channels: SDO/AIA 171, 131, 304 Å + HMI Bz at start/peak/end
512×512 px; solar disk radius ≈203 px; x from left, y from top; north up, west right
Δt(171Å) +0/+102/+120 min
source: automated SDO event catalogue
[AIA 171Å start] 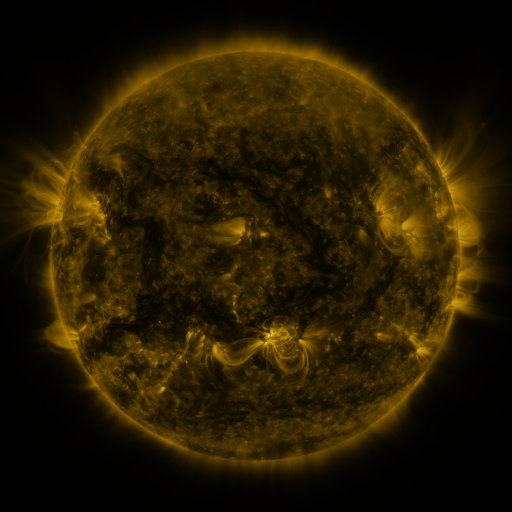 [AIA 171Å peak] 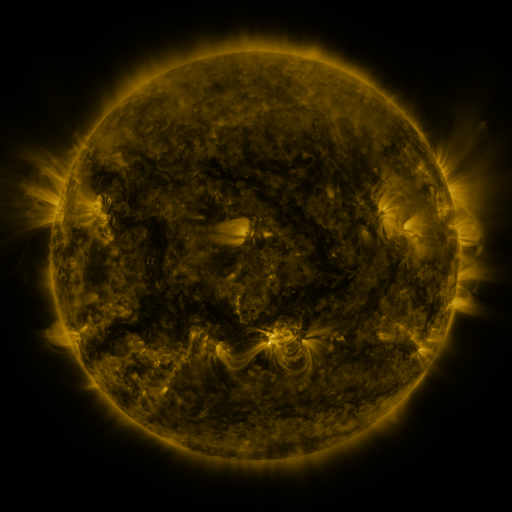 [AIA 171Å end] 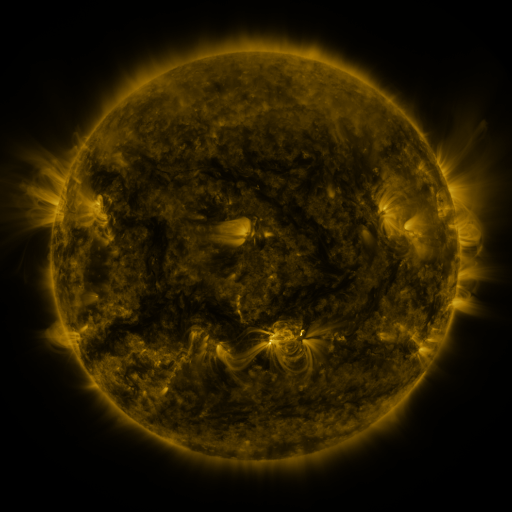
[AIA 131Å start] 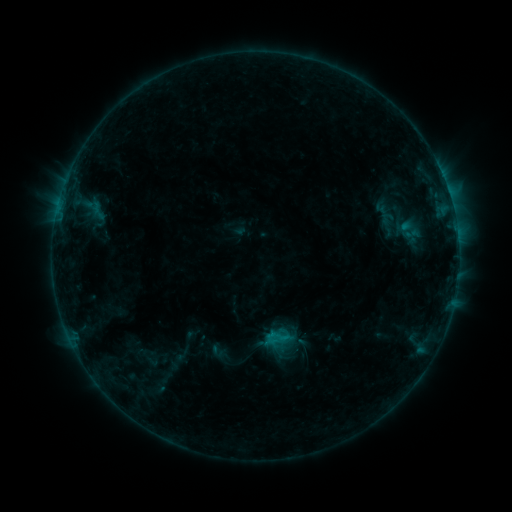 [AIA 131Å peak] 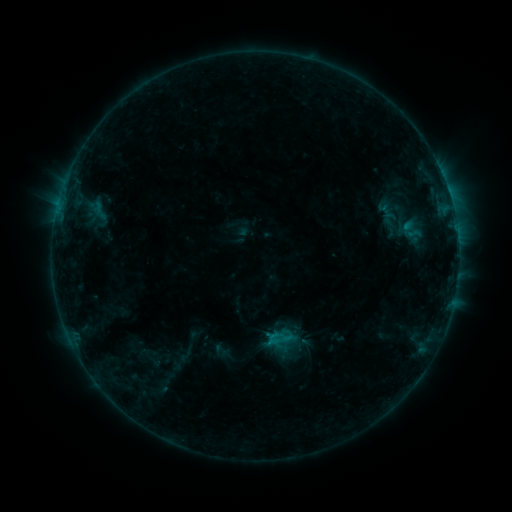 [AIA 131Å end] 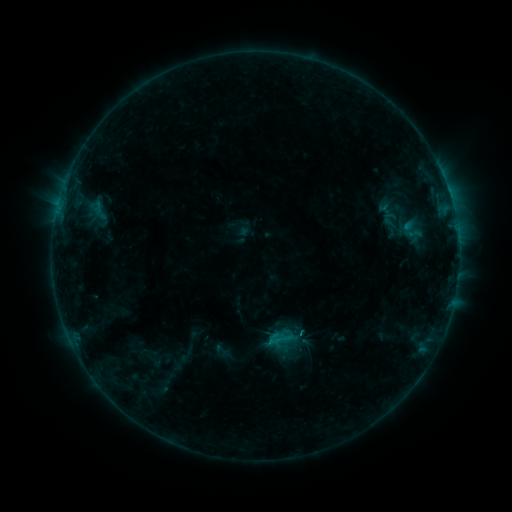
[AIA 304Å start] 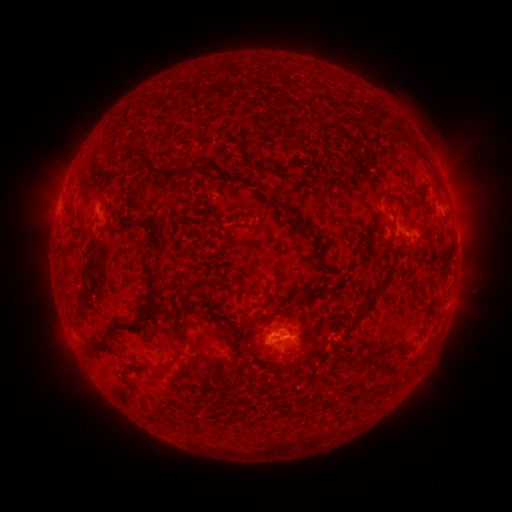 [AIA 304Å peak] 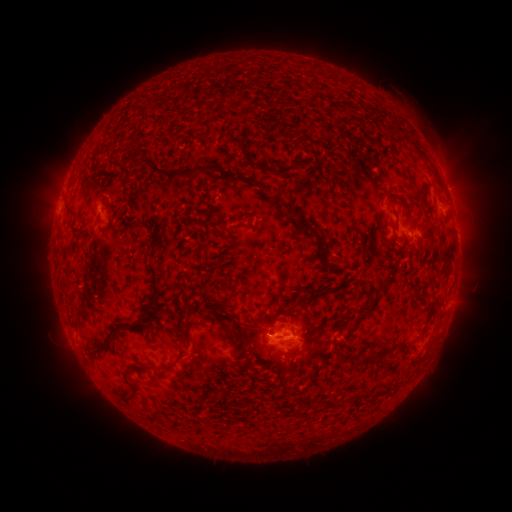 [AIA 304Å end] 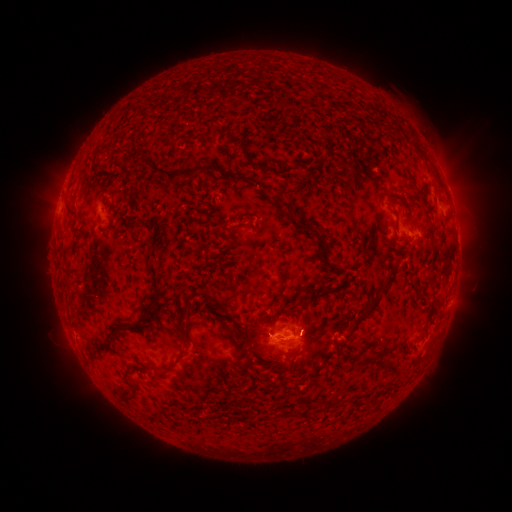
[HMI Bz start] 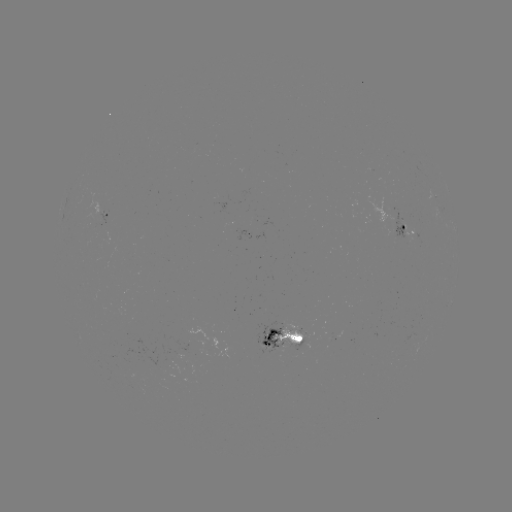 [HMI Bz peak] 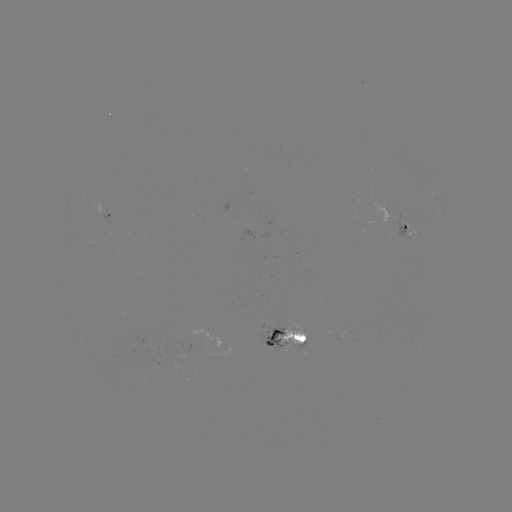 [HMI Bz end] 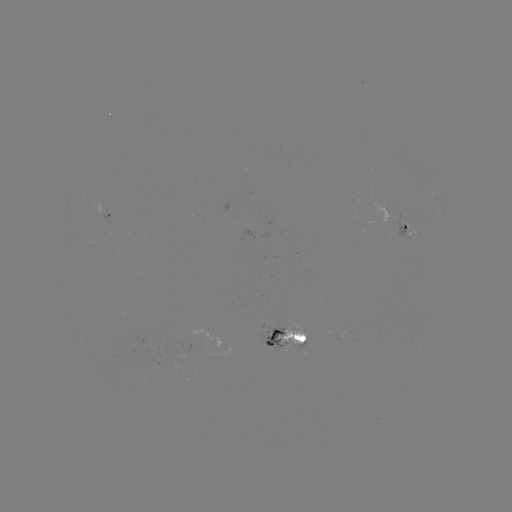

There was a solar emerging-flux region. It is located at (264, 345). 